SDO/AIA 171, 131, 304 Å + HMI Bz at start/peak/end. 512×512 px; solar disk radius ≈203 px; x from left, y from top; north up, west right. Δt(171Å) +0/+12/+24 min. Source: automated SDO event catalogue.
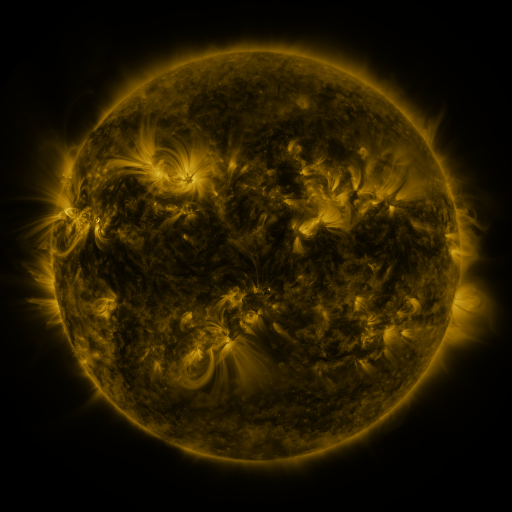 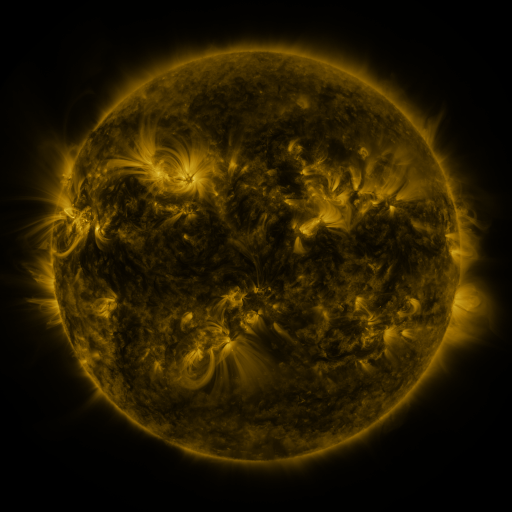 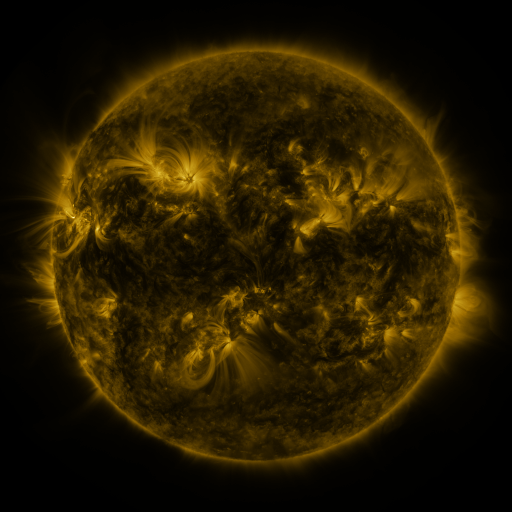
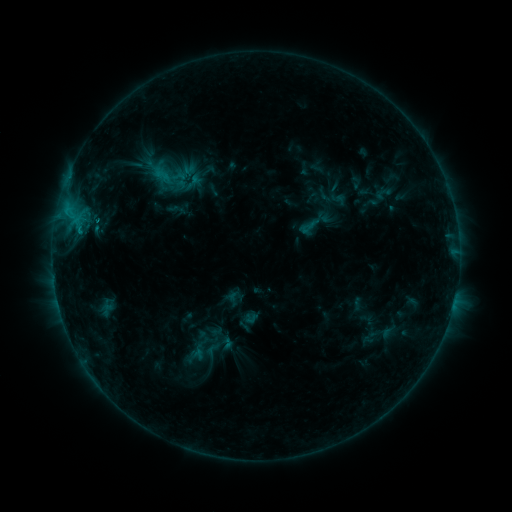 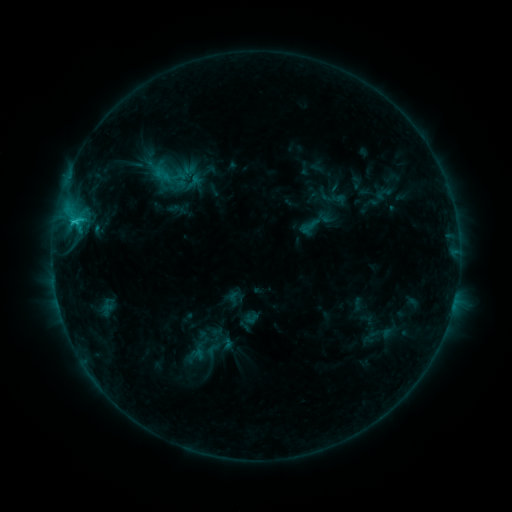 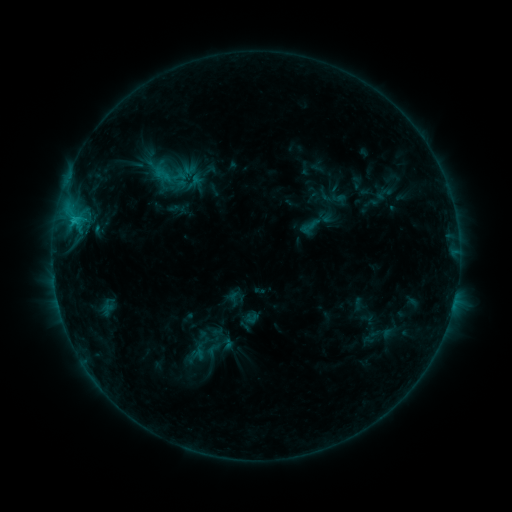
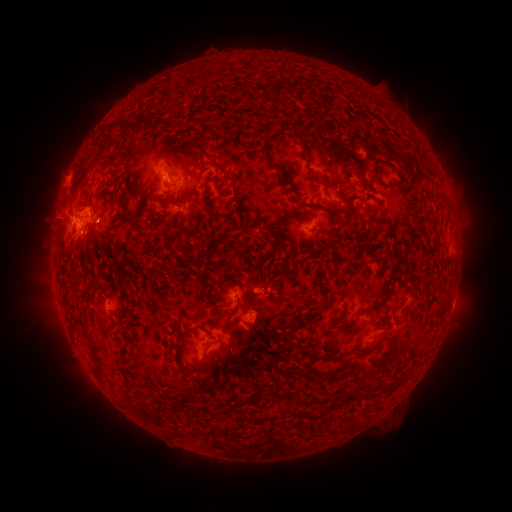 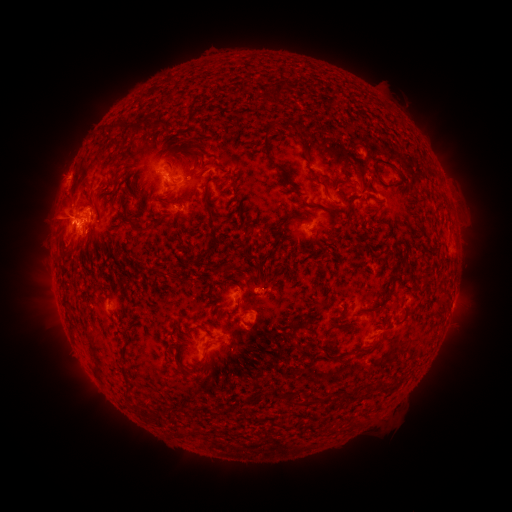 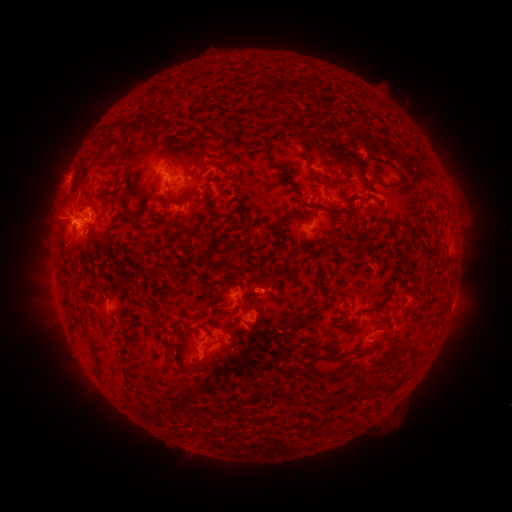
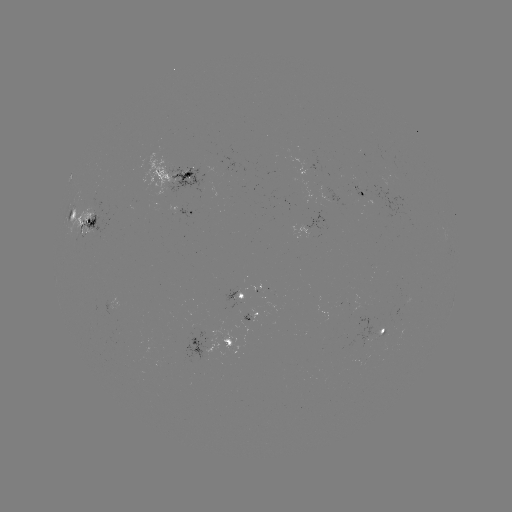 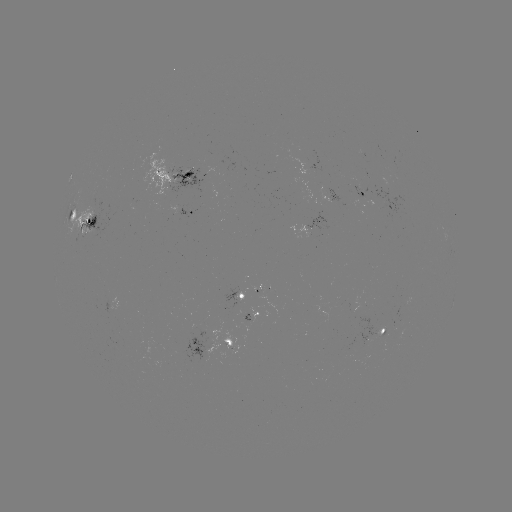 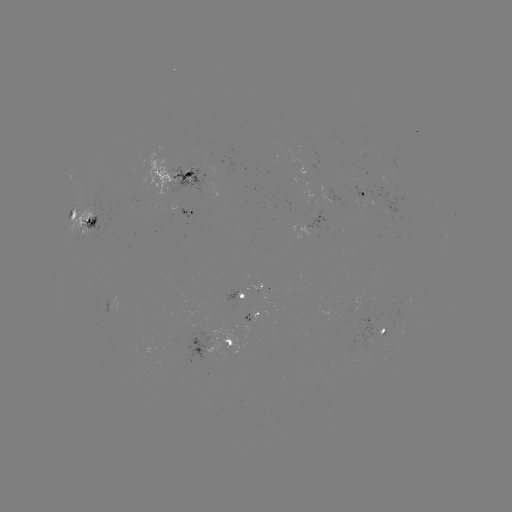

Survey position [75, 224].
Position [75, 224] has C2.2 flare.